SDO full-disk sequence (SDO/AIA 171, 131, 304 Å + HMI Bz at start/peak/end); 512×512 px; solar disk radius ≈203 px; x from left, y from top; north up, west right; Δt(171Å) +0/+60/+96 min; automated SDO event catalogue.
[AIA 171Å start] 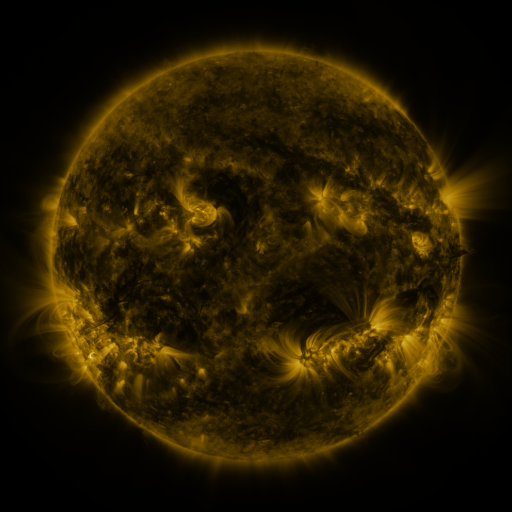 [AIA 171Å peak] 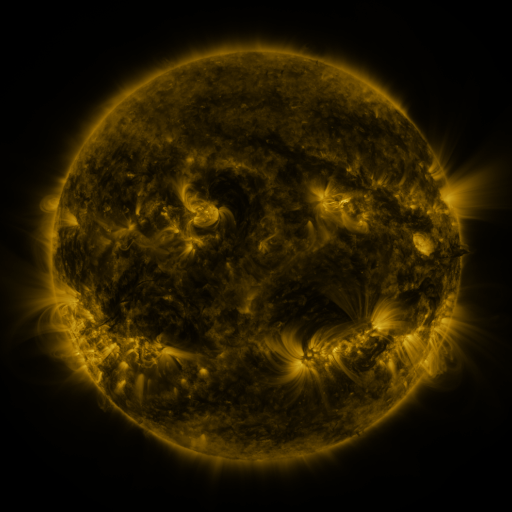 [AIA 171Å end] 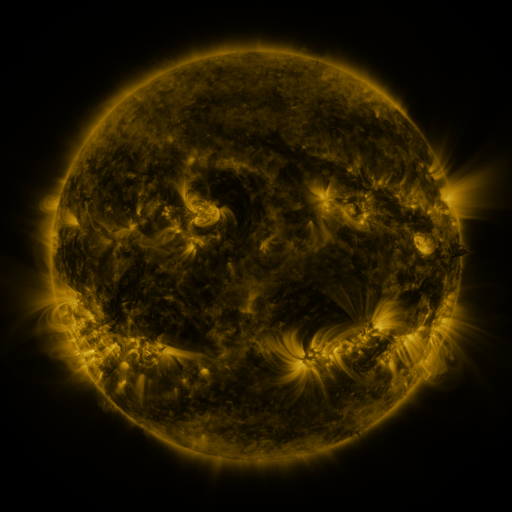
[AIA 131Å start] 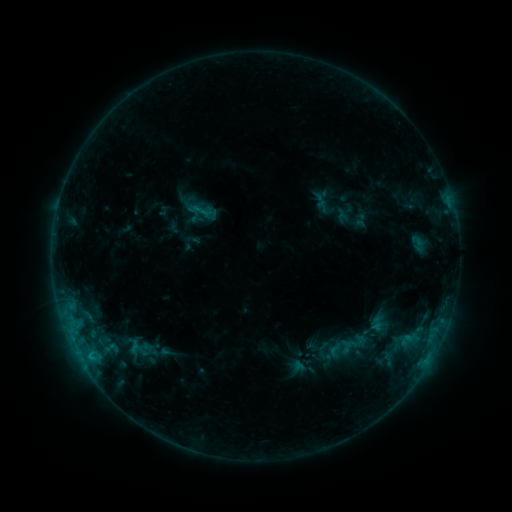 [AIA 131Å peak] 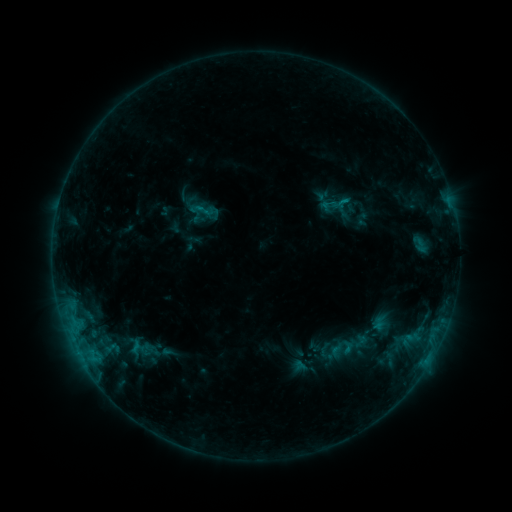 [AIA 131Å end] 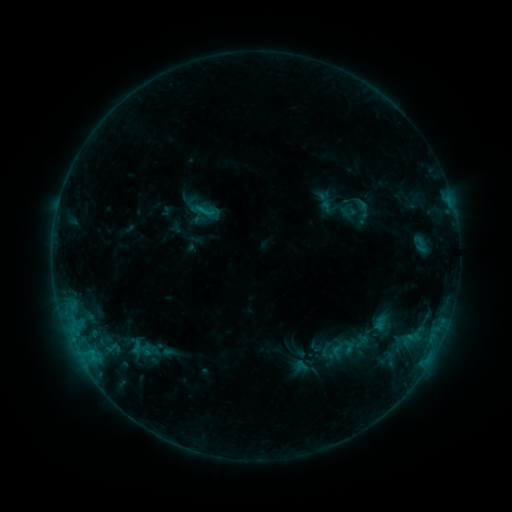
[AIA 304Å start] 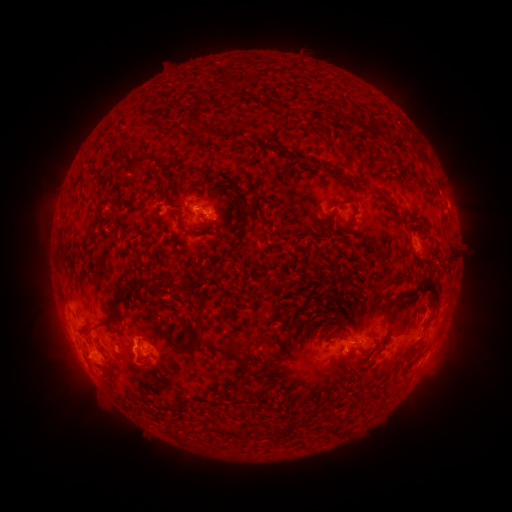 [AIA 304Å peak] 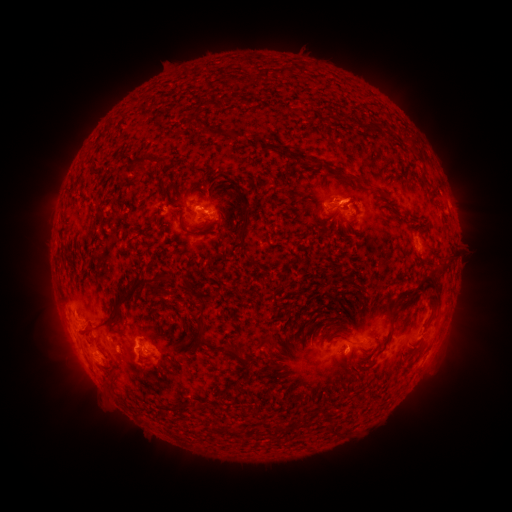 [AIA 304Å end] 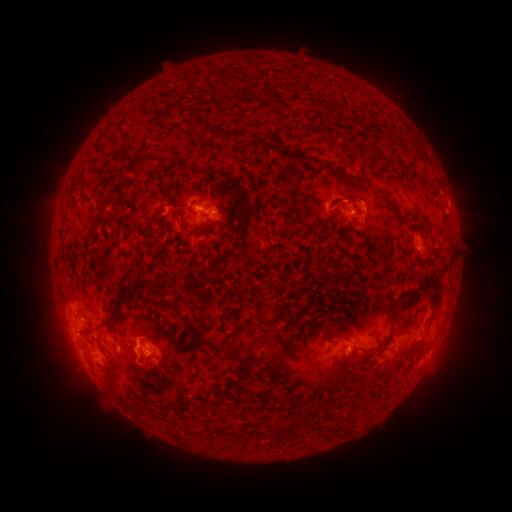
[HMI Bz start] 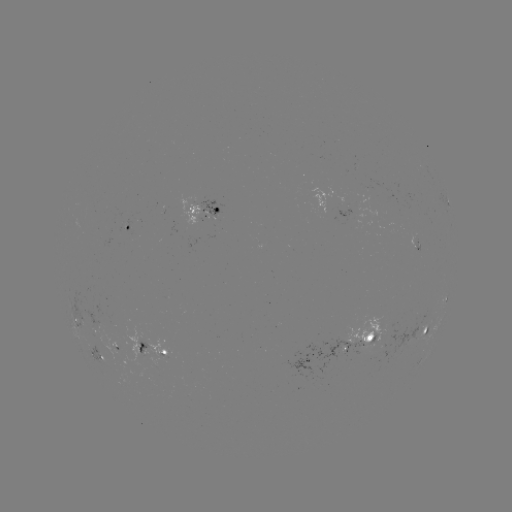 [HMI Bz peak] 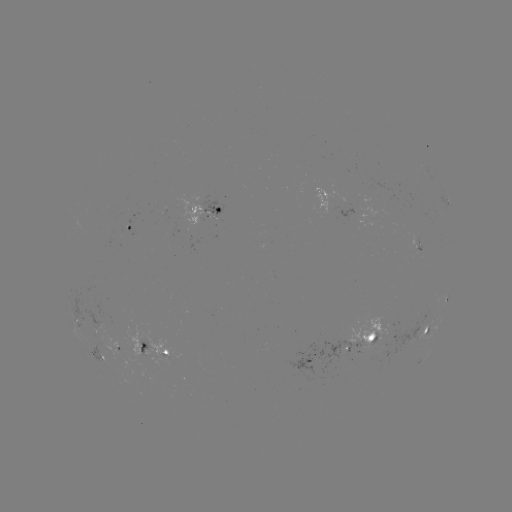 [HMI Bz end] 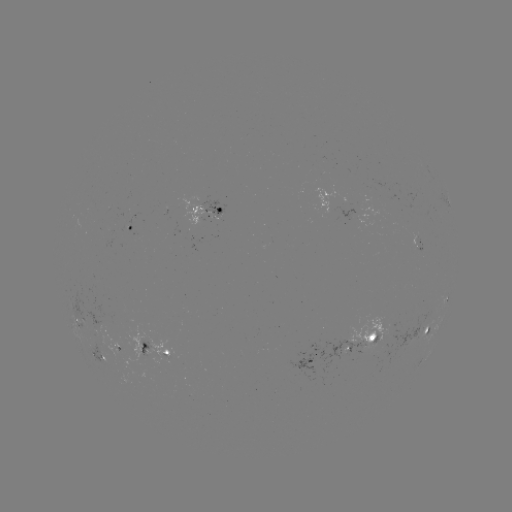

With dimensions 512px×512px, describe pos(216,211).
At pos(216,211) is emerging-flux region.